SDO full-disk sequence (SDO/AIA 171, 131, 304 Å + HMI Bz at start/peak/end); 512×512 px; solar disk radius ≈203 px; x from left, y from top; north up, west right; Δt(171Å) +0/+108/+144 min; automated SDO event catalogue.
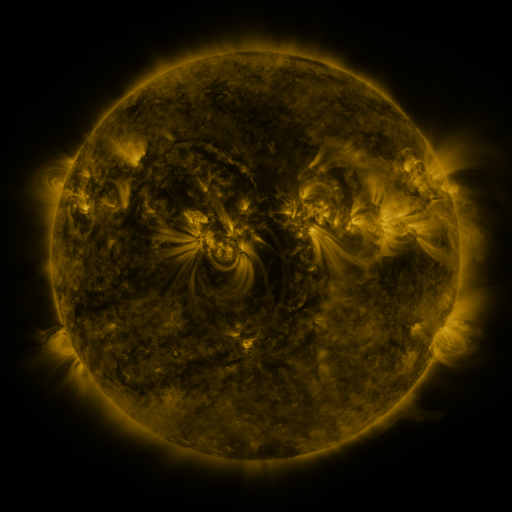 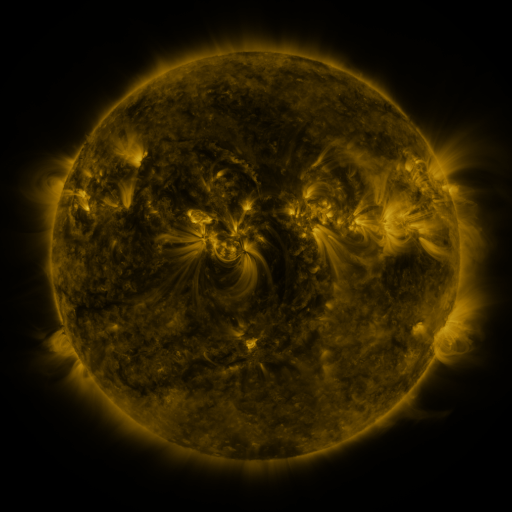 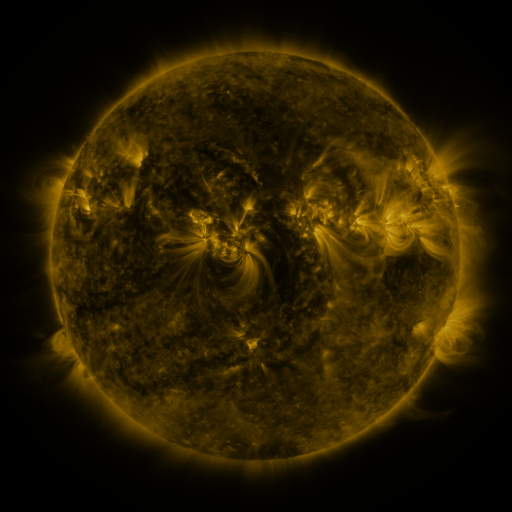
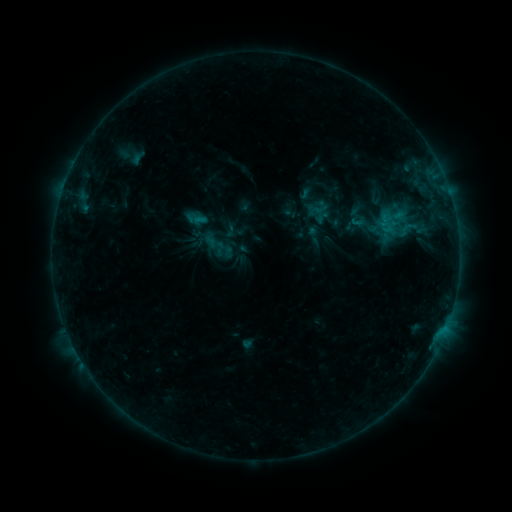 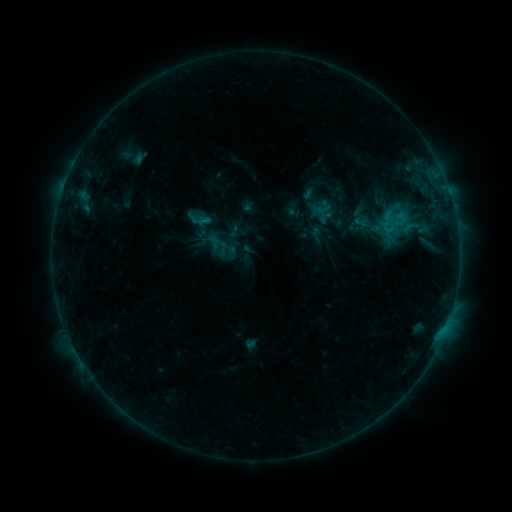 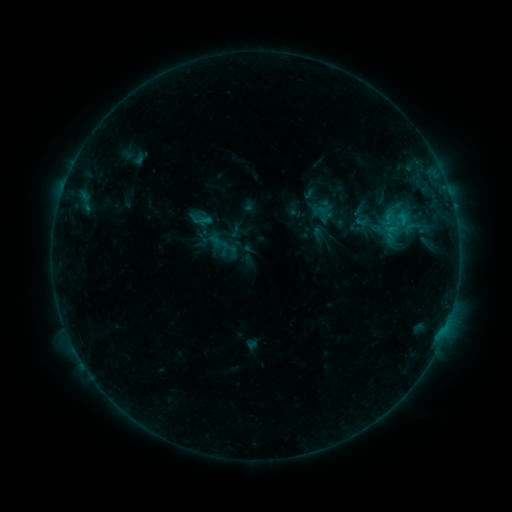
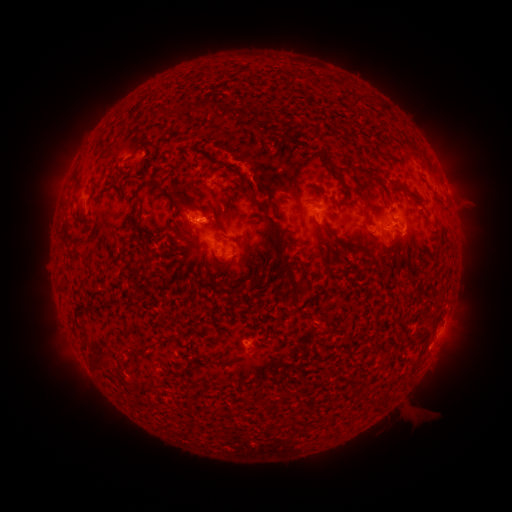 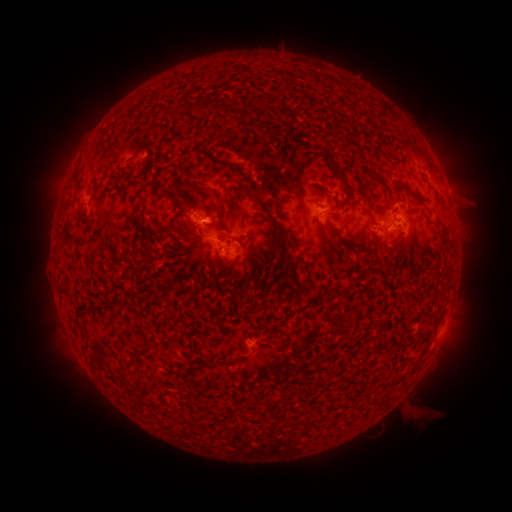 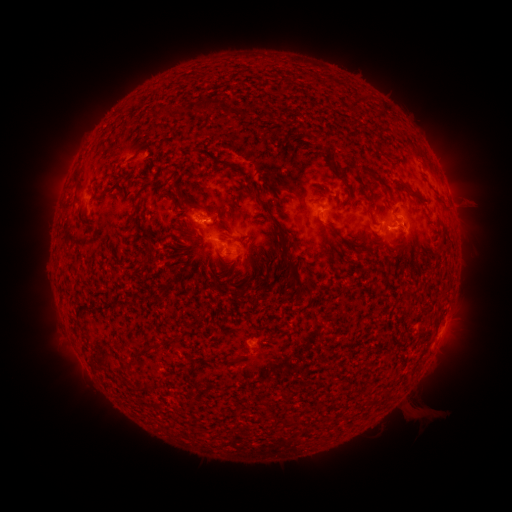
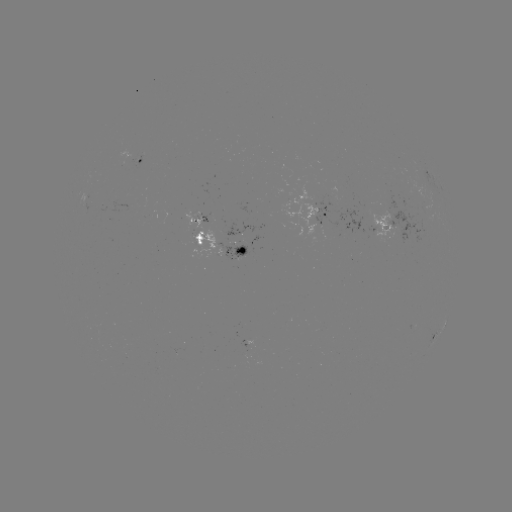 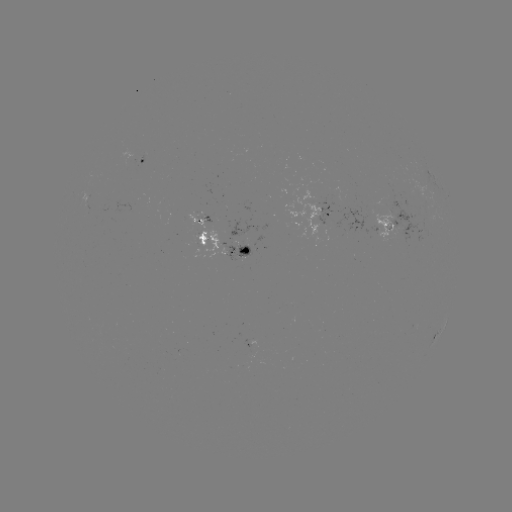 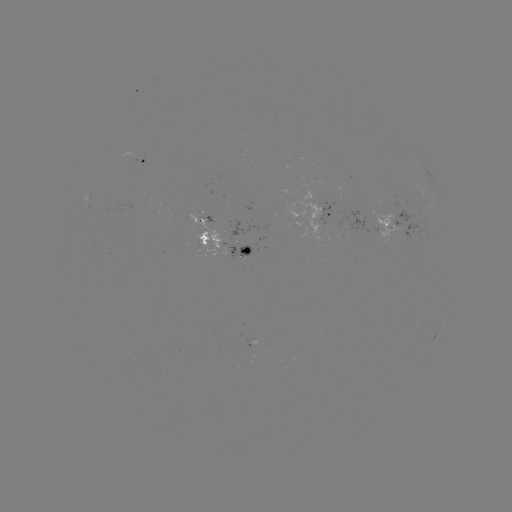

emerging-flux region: [386, 175, 397, 187]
